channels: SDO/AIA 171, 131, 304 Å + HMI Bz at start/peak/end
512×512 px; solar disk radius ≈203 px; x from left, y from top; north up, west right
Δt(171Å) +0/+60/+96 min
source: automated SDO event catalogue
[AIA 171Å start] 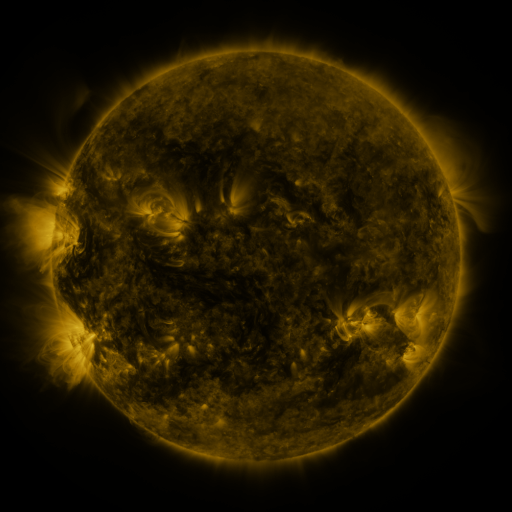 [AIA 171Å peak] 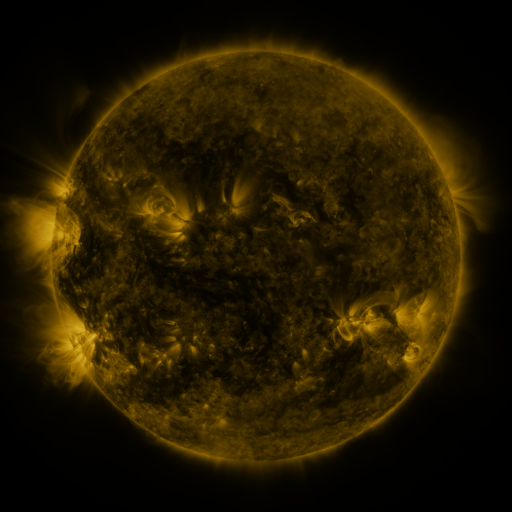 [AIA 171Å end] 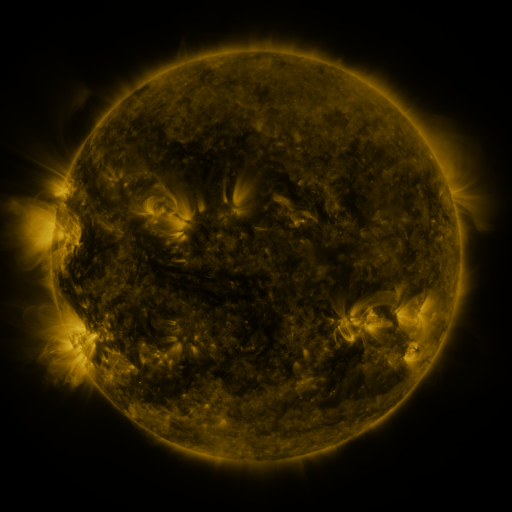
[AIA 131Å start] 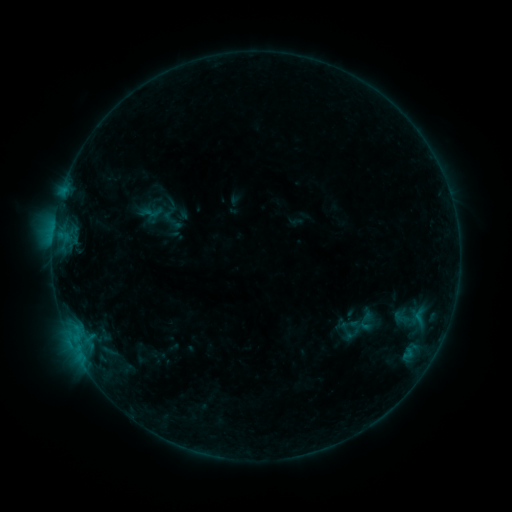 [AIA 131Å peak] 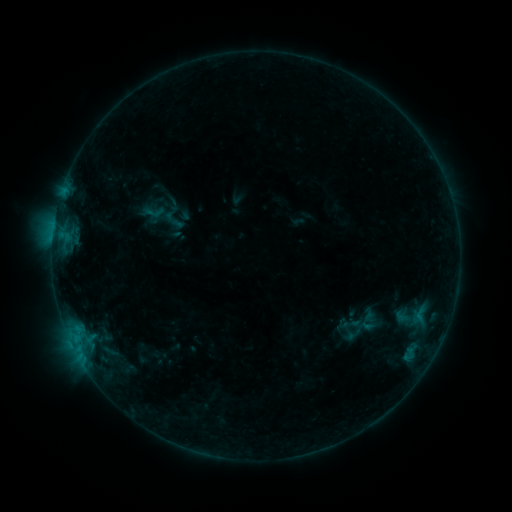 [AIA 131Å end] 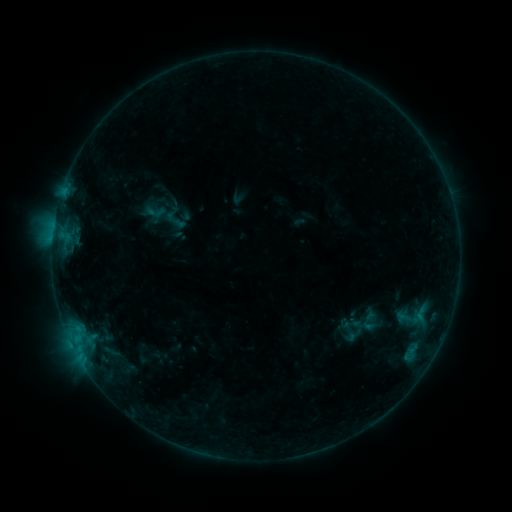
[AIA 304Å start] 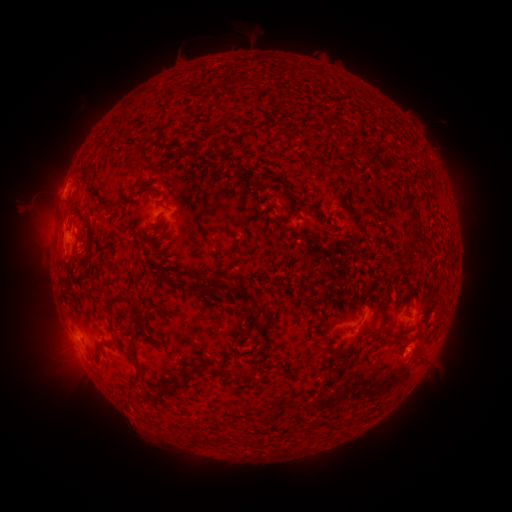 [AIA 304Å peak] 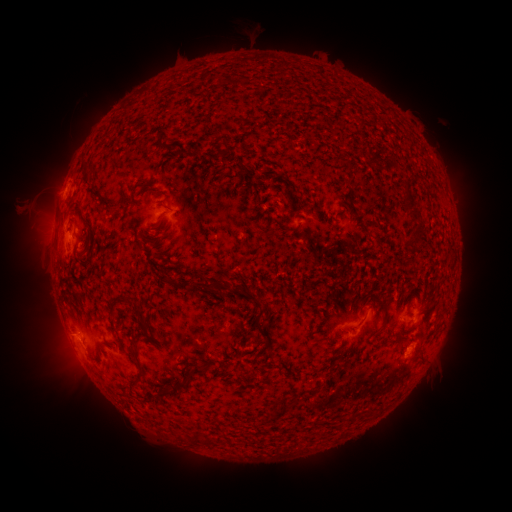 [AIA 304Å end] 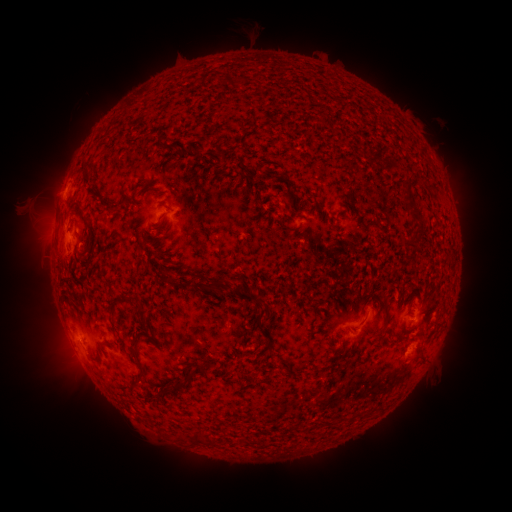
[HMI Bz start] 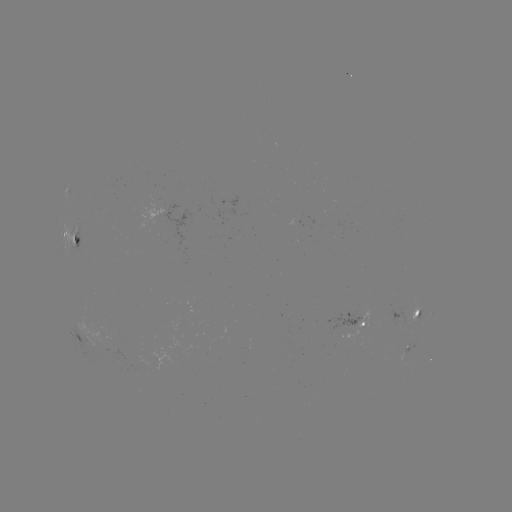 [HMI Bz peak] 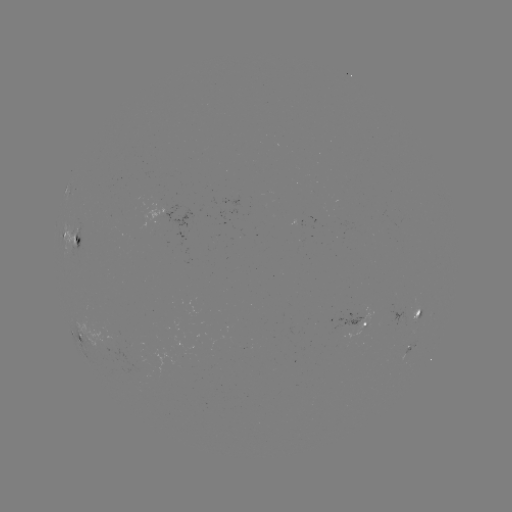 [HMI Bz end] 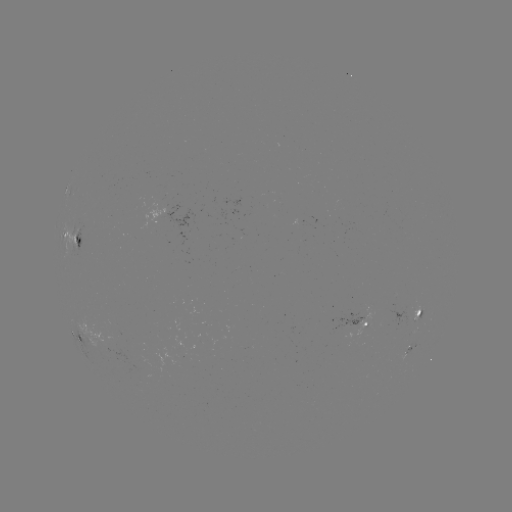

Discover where emerging-flux region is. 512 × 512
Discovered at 166,208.